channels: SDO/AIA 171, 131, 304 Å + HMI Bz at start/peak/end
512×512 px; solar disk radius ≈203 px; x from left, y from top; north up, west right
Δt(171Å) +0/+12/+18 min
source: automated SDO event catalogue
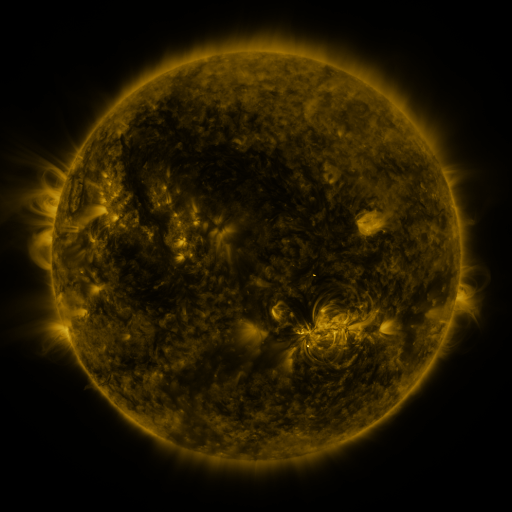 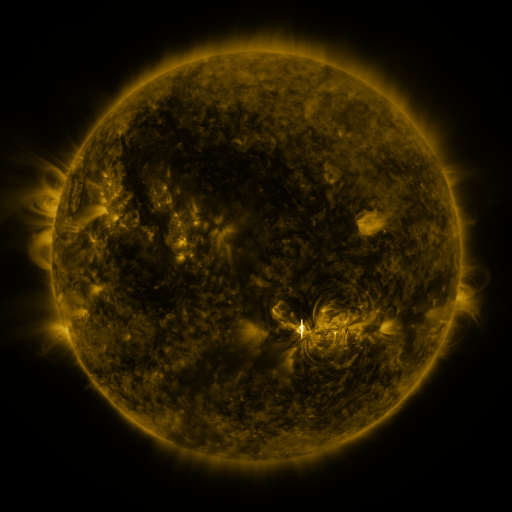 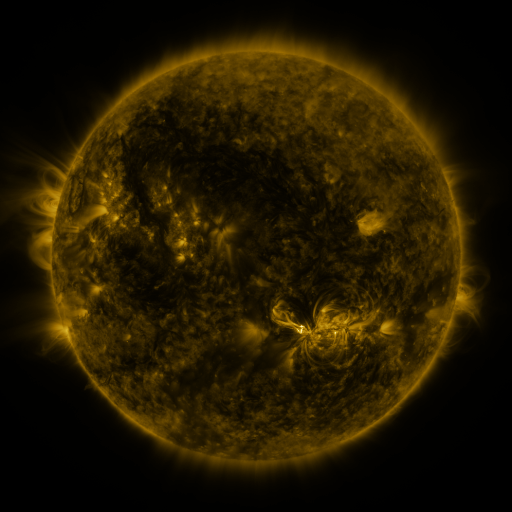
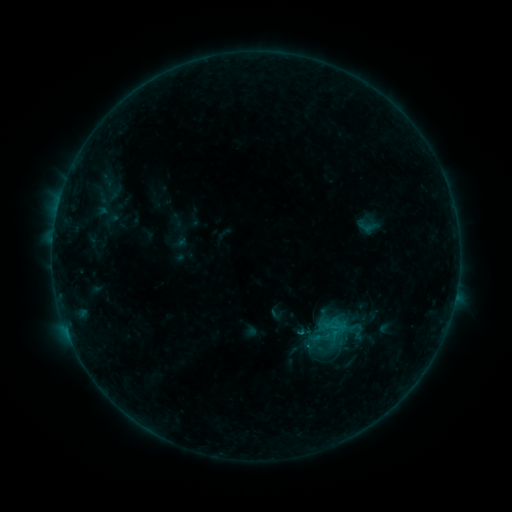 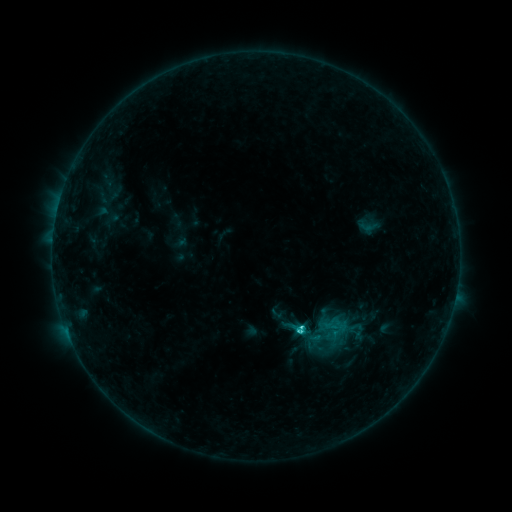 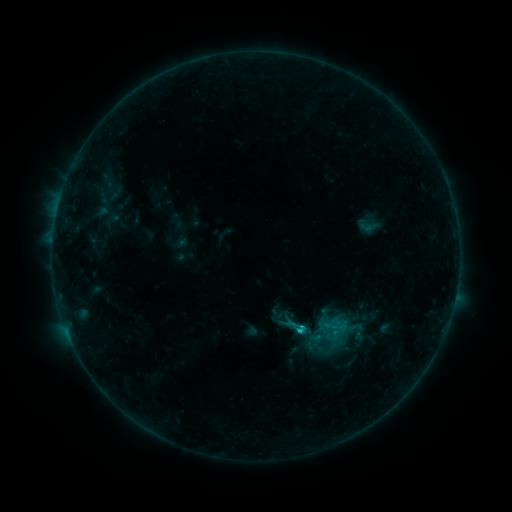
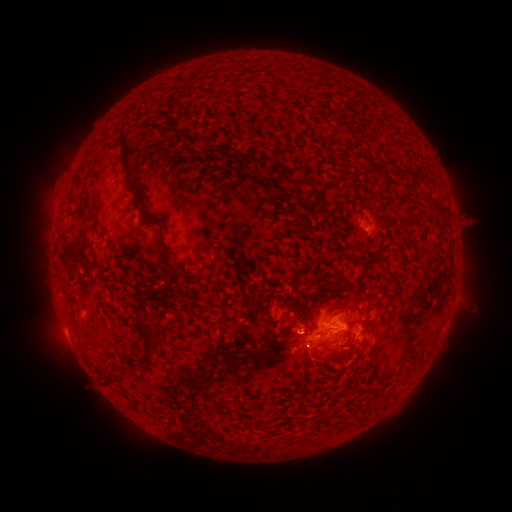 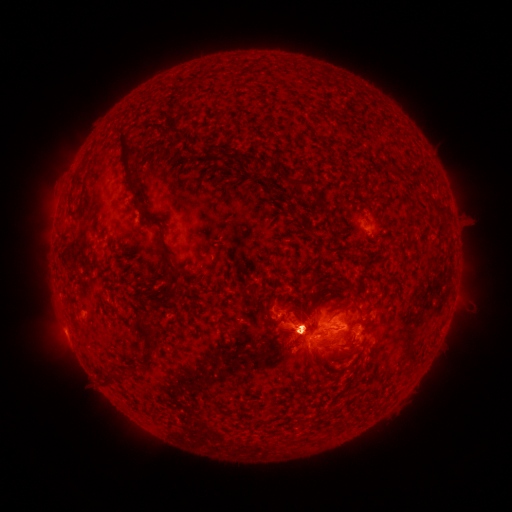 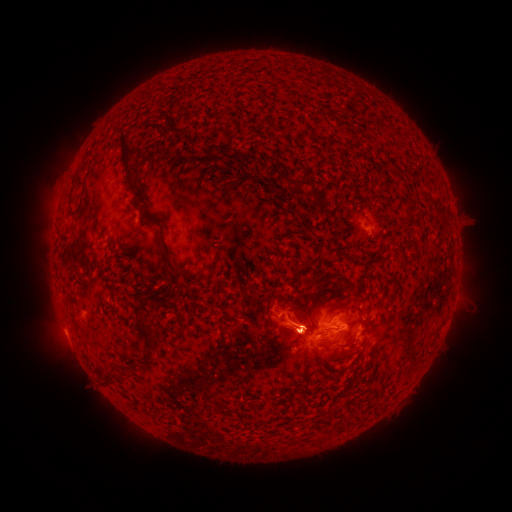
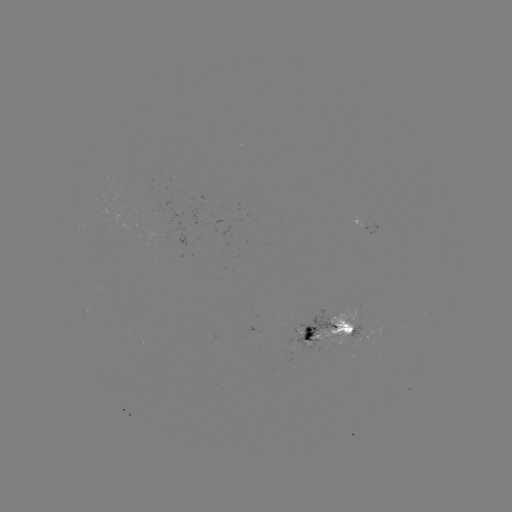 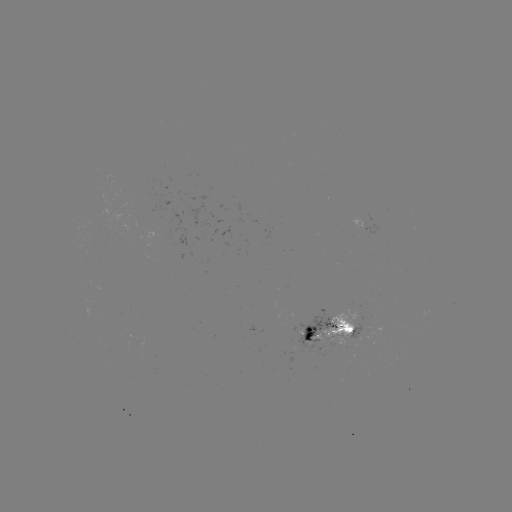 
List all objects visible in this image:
C1.7 flare: (300, 328)
